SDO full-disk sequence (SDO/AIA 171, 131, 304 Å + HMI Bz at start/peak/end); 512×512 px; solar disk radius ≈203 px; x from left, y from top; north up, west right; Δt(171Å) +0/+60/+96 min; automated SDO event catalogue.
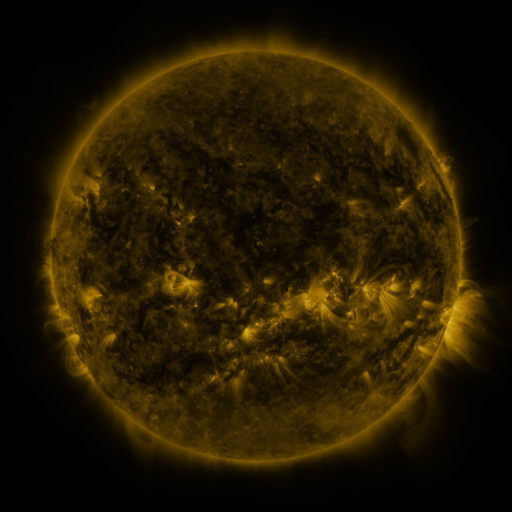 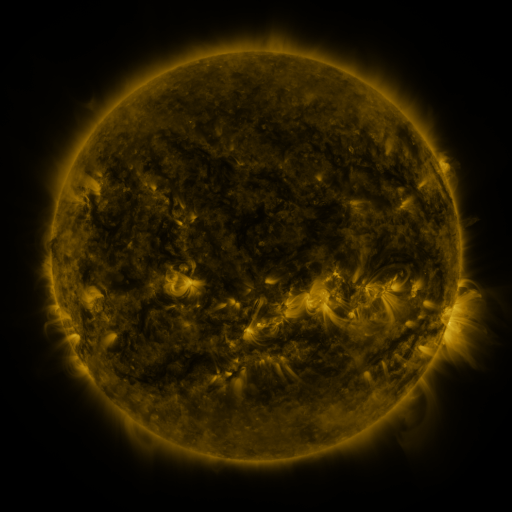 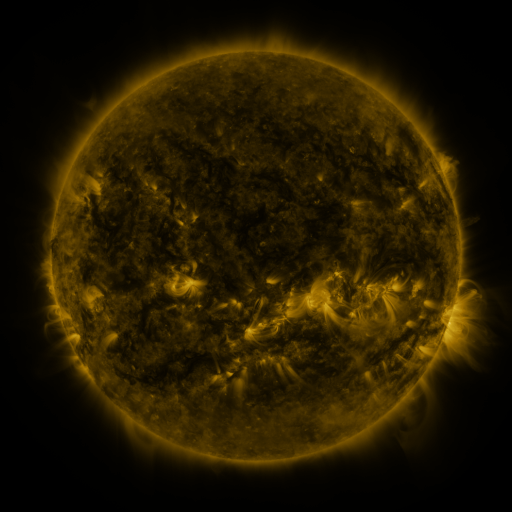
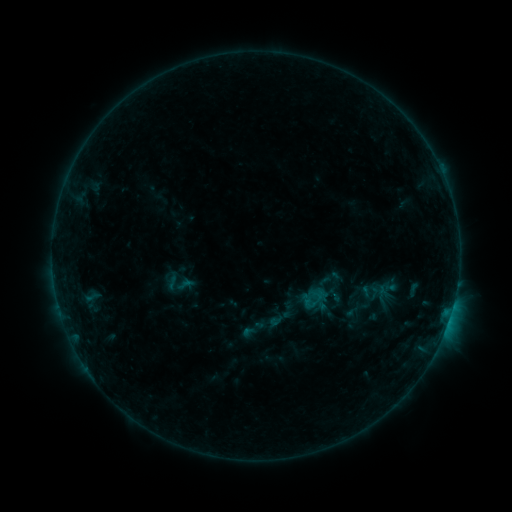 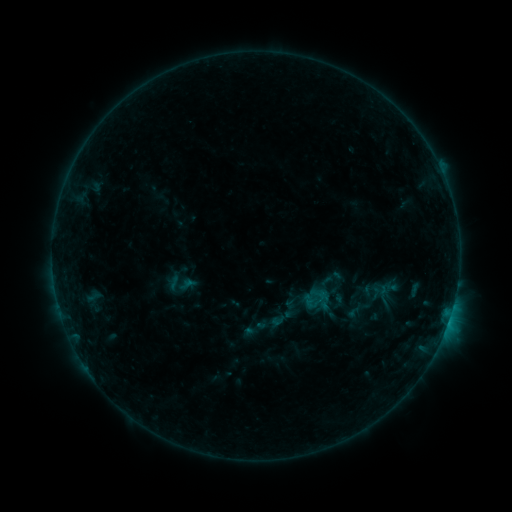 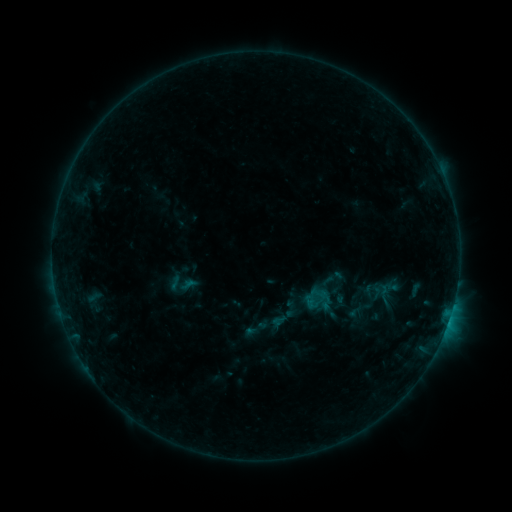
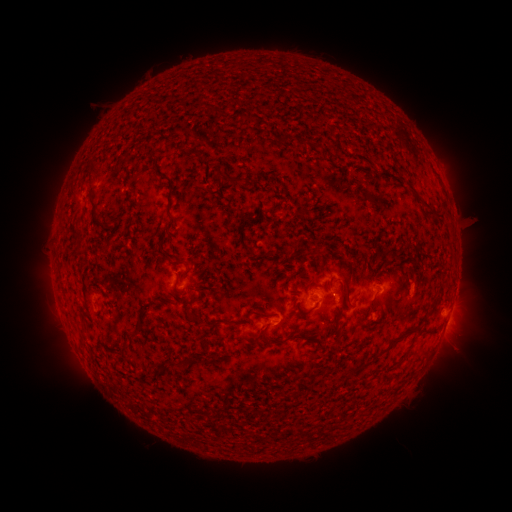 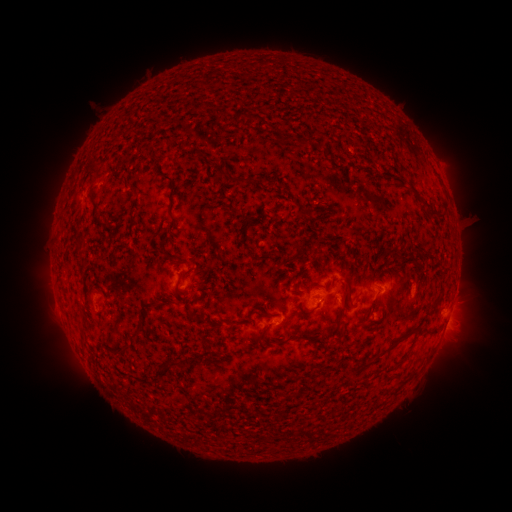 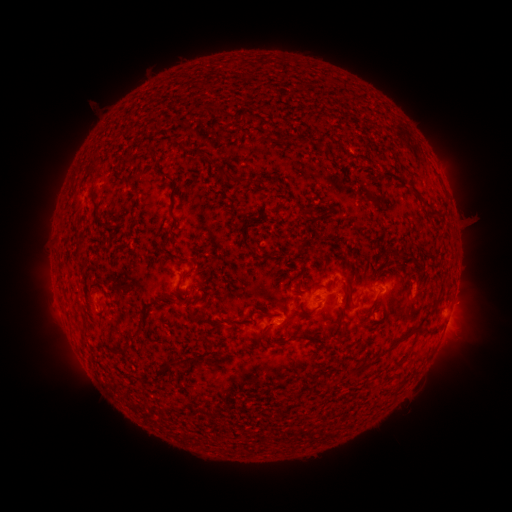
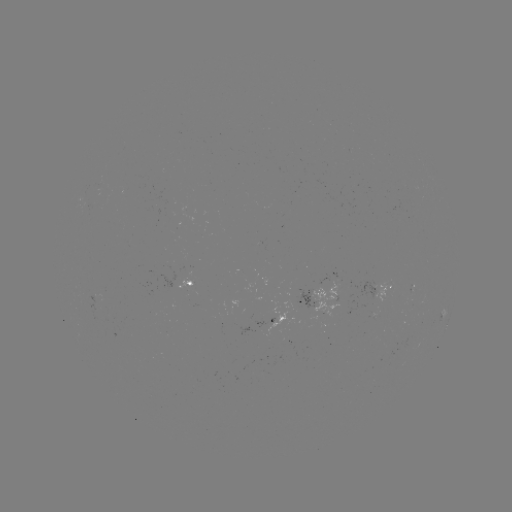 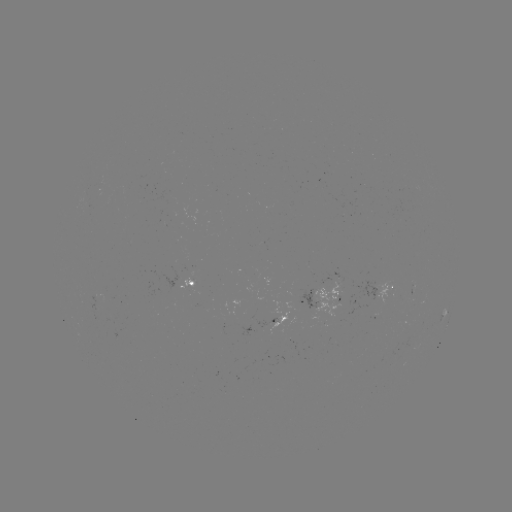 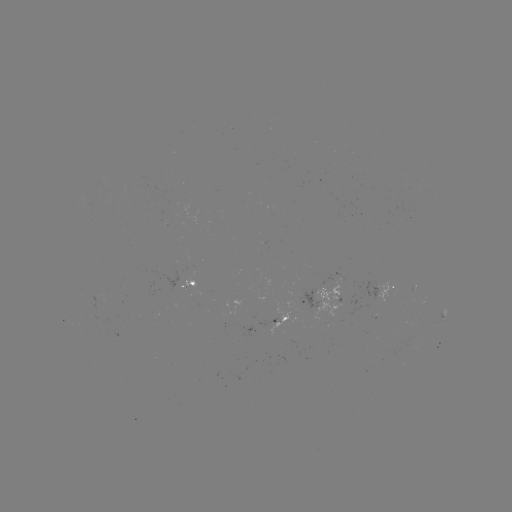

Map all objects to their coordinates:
emerging-flux region: (335, 289)
